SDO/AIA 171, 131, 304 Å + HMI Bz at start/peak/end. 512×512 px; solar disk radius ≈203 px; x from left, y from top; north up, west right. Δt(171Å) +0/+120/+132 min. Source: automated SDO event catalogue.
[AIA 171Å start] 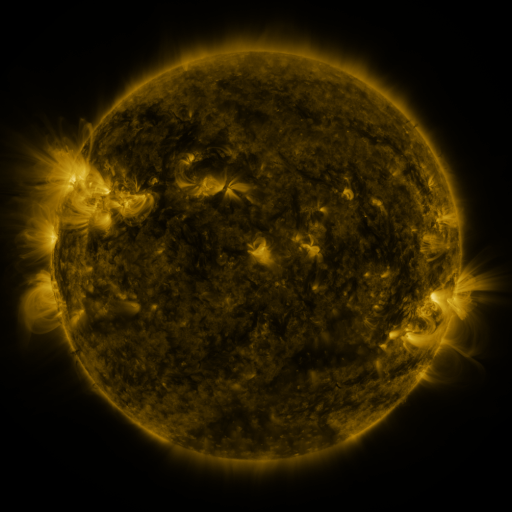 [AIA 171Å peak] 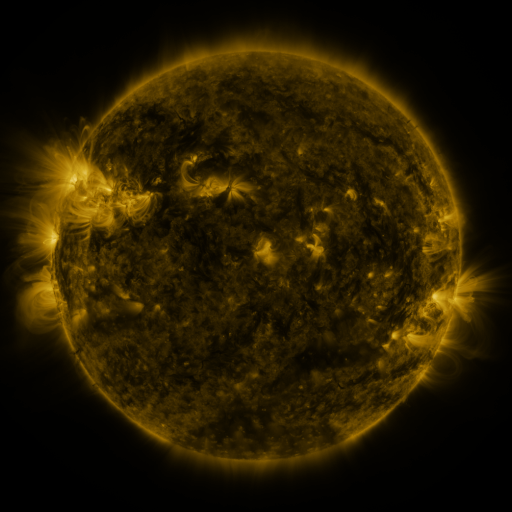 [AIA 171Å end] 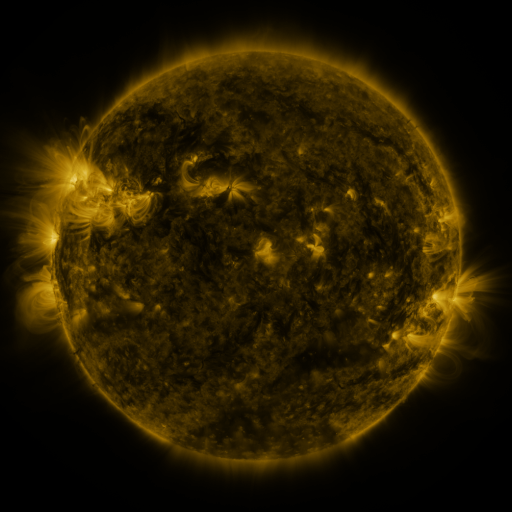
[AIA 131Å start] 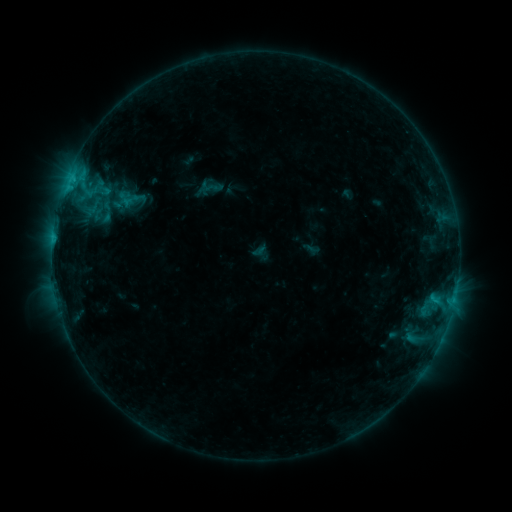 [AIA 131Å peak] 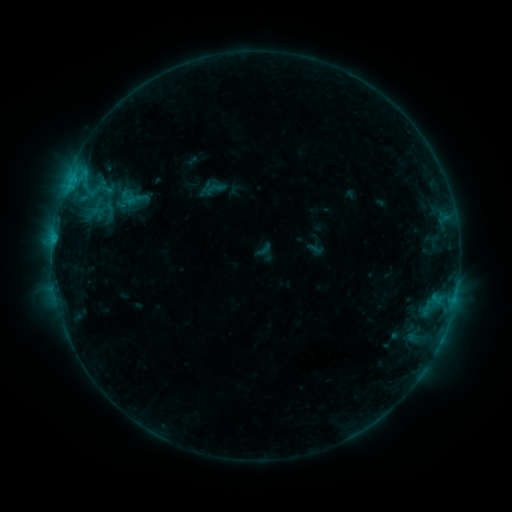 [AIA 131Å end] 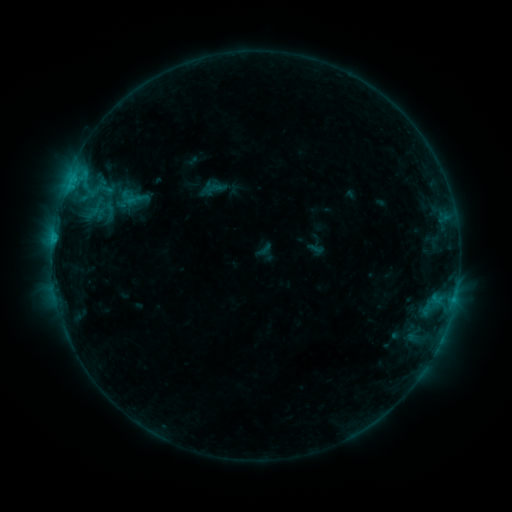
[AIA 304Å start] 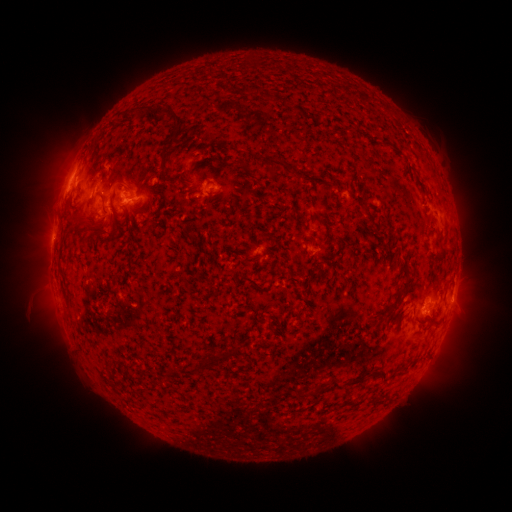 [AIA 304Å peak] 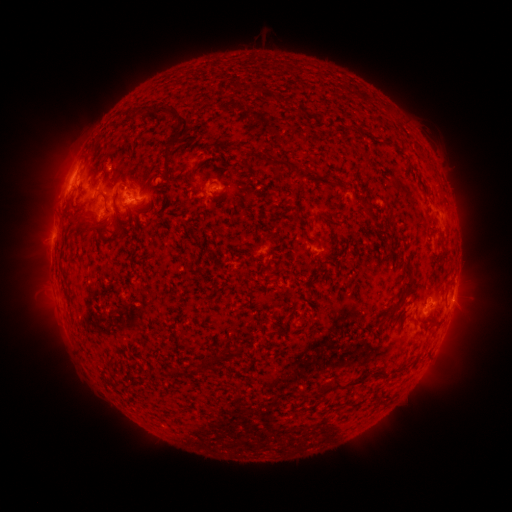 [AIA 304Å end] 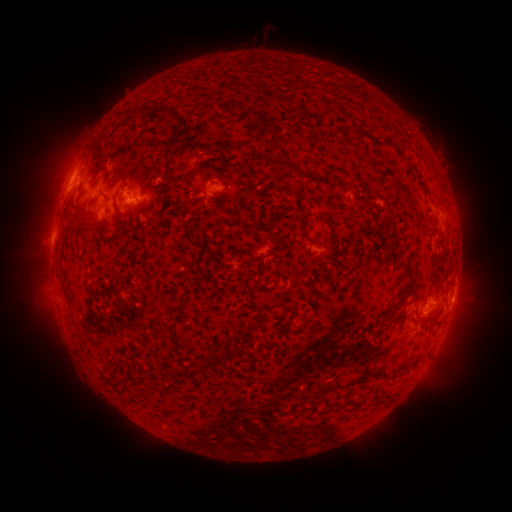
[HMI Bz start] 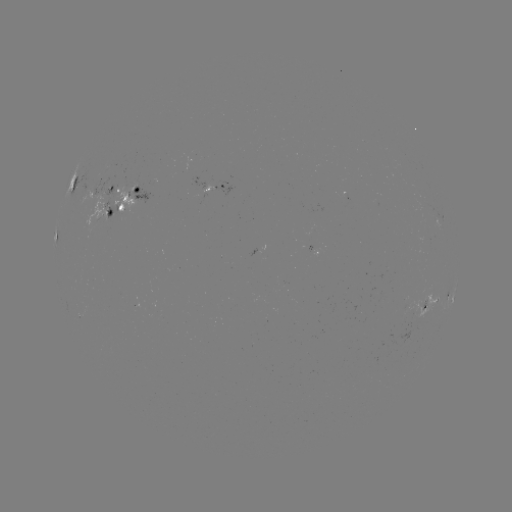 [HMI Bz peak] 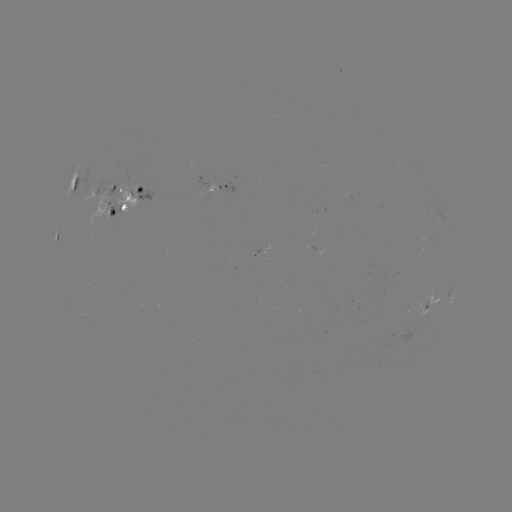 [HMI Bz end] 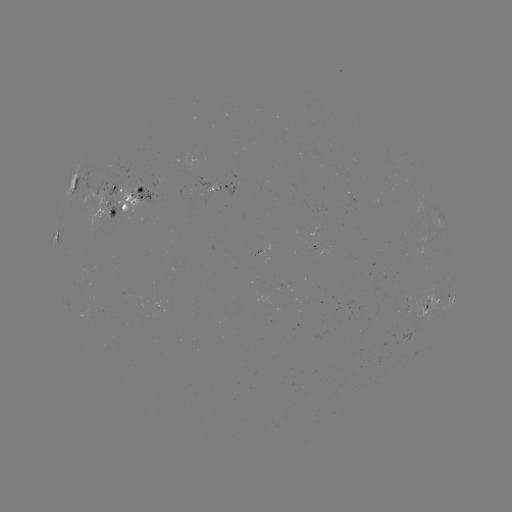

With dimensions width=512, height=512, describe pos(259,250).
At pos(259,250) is emerging-flux region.